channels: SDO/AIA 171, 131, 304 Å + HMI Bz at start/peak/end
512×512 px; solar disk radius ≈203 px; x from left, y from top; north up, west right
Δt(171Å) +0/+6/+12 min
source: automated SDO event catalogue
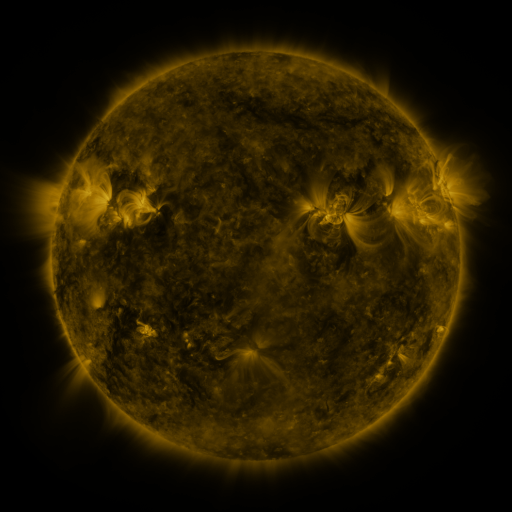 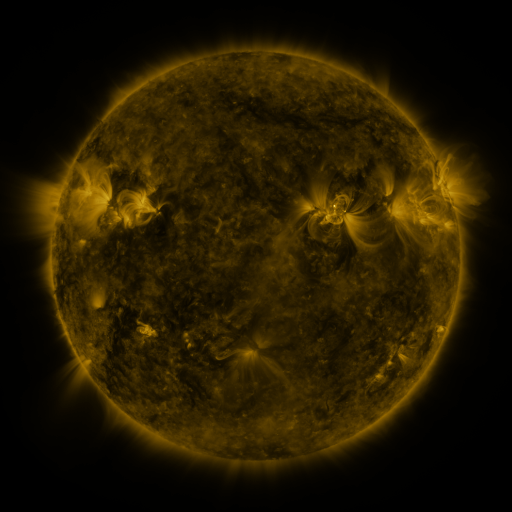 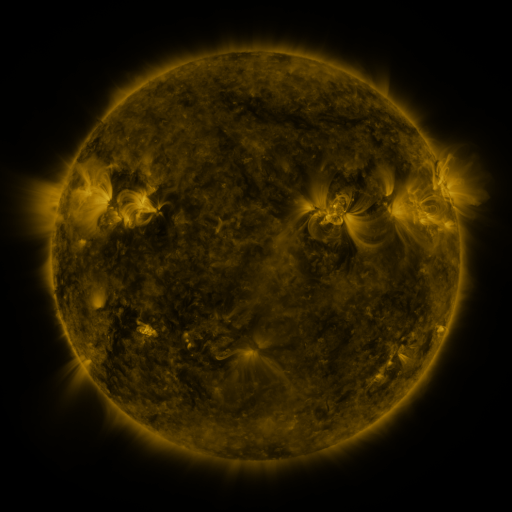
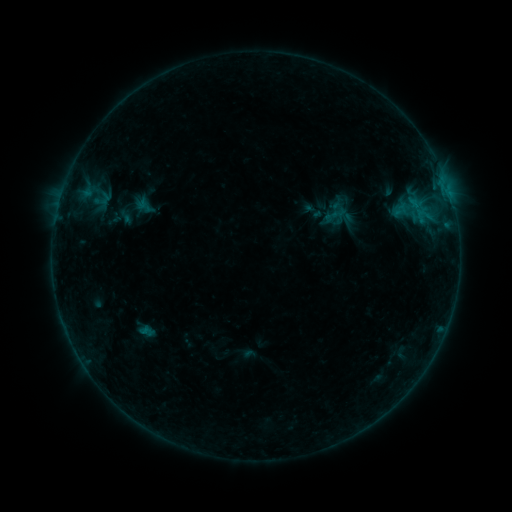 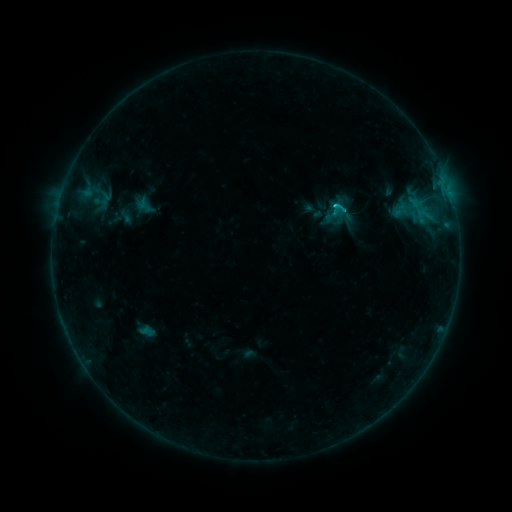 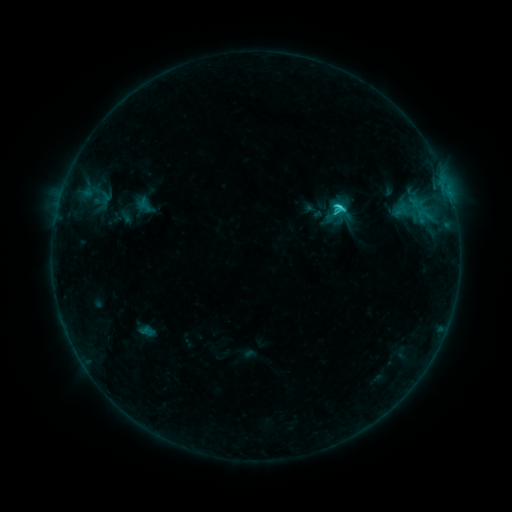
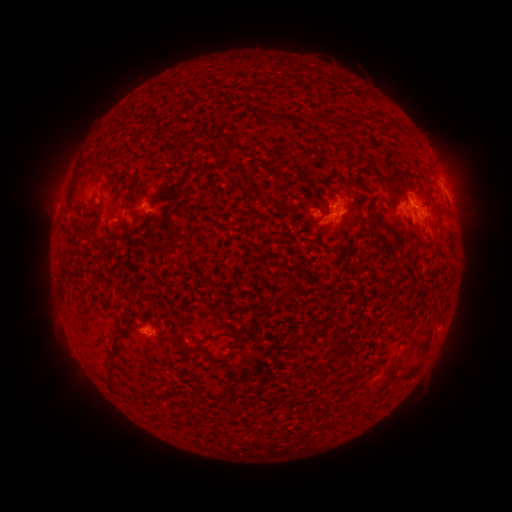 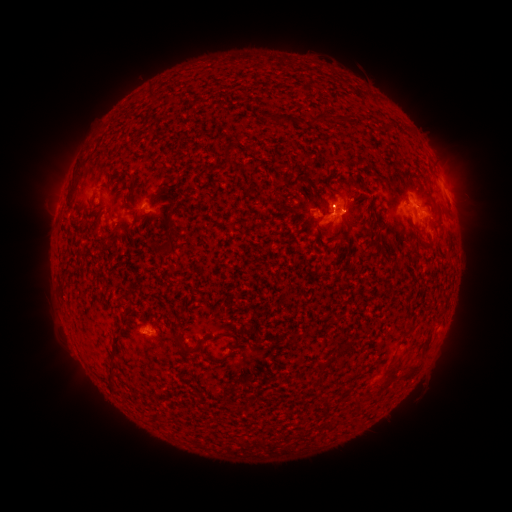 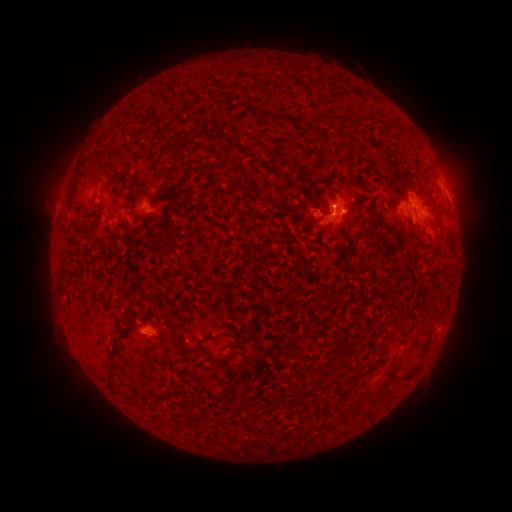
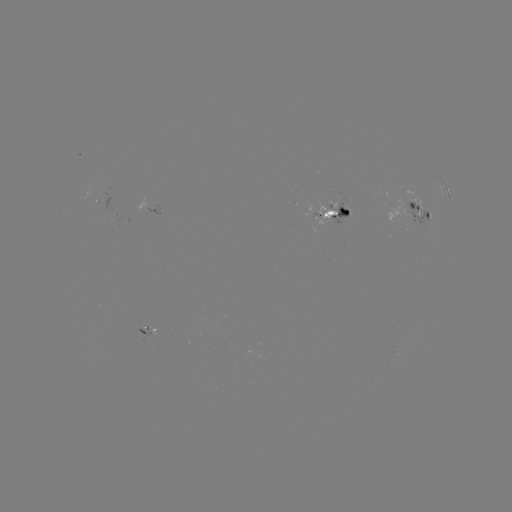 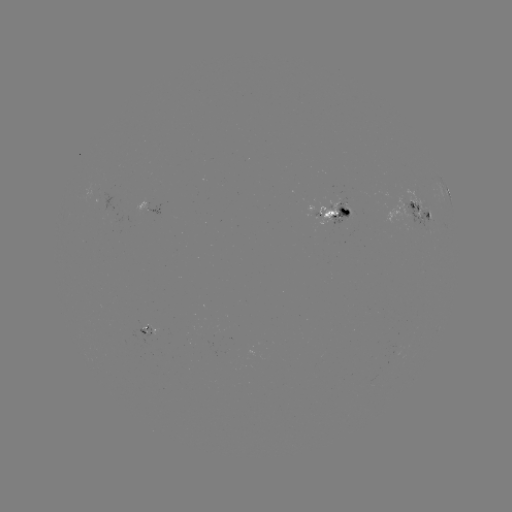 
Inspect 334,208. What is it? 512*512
C2.0 flare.